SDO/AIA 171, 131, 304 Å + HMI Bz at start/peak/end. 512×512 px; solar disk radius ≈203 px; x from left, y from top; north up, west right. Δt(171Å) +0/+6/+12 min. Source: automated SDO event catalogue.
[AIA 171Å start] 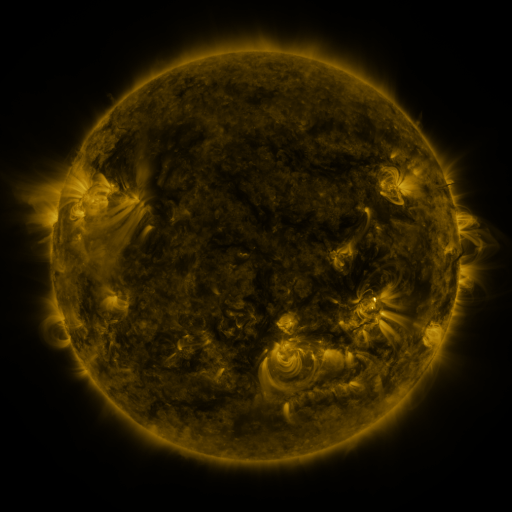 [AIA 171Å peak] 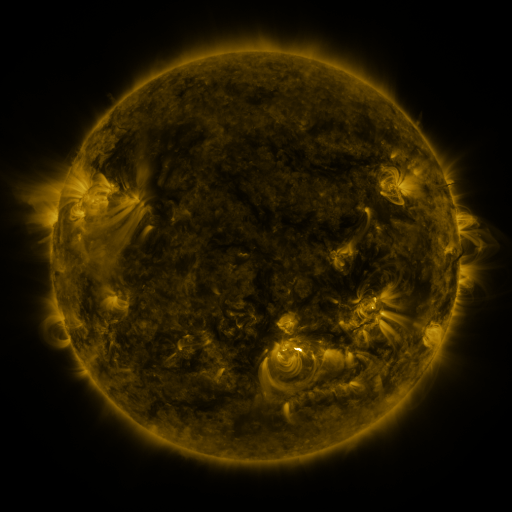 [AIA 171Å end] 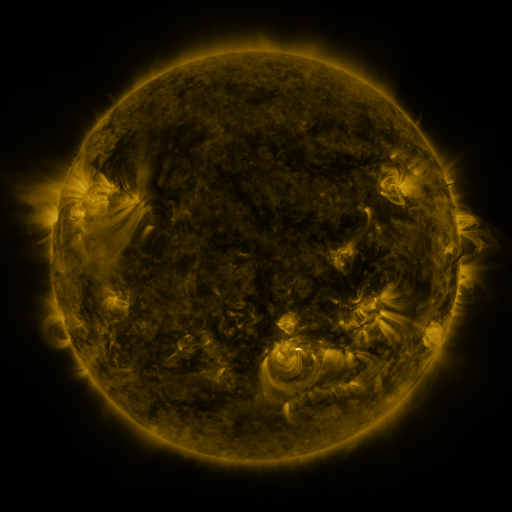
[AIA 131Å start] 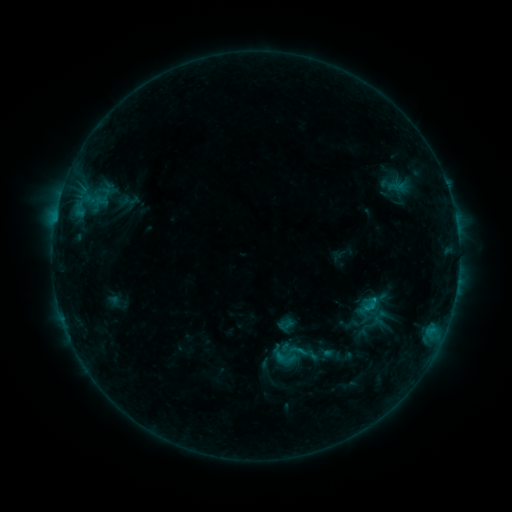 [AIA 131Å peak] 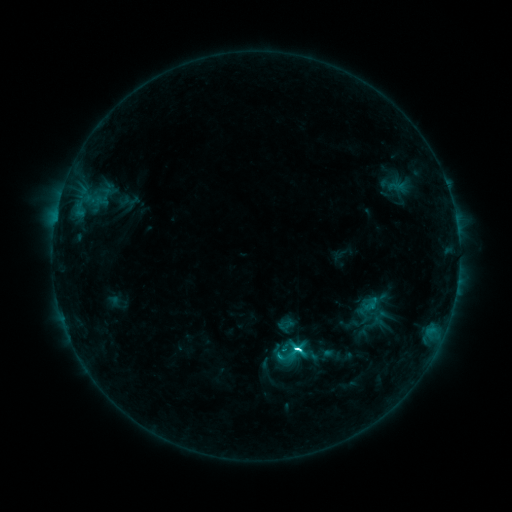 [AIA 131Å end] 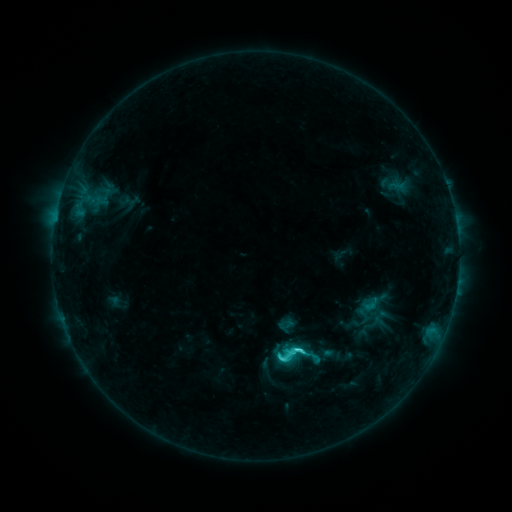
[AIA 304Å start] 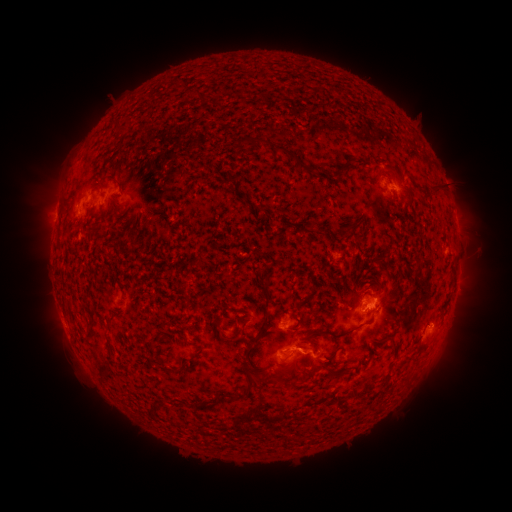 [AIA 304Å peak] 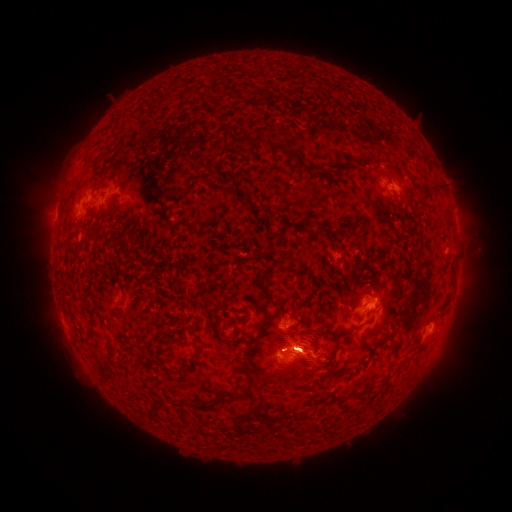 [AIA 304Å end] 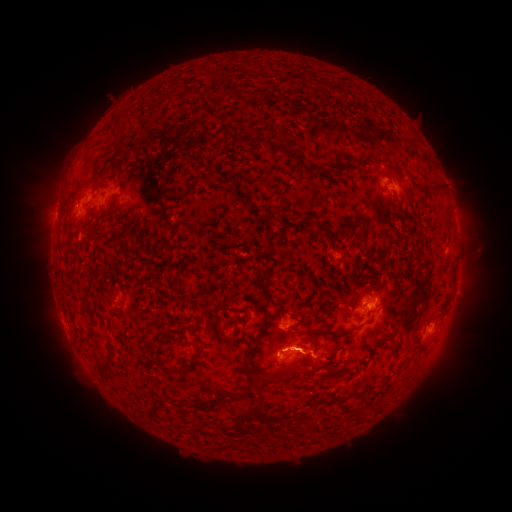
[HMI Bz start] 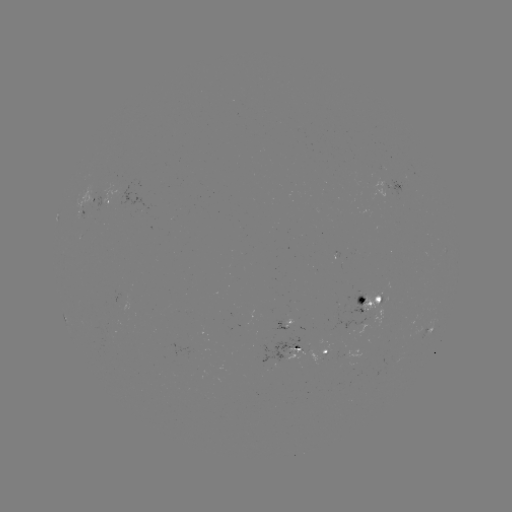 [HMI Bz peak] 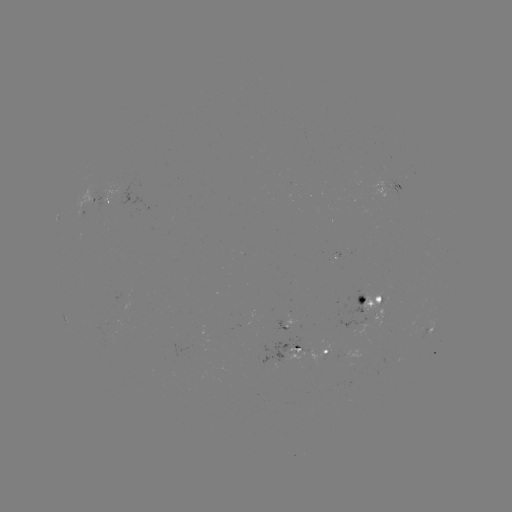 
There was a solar flare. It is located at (295, 347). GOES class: C9.5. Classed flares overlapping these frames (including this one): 1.